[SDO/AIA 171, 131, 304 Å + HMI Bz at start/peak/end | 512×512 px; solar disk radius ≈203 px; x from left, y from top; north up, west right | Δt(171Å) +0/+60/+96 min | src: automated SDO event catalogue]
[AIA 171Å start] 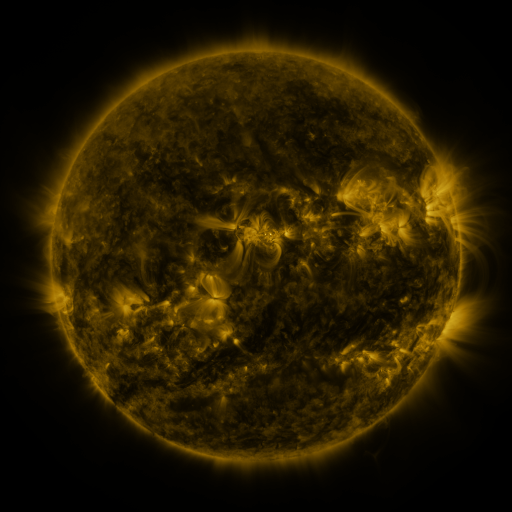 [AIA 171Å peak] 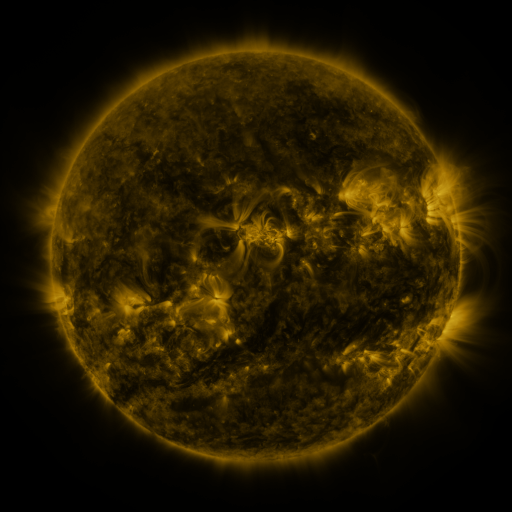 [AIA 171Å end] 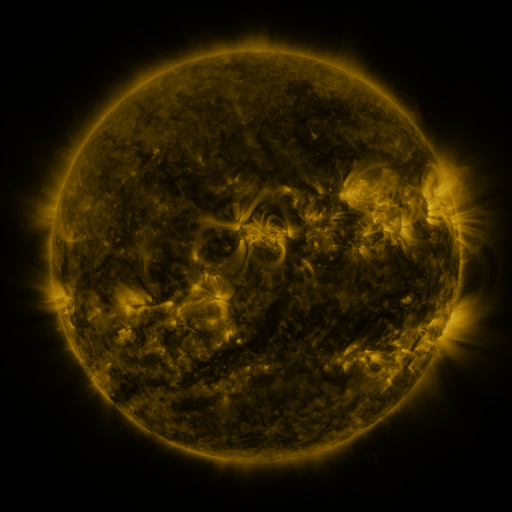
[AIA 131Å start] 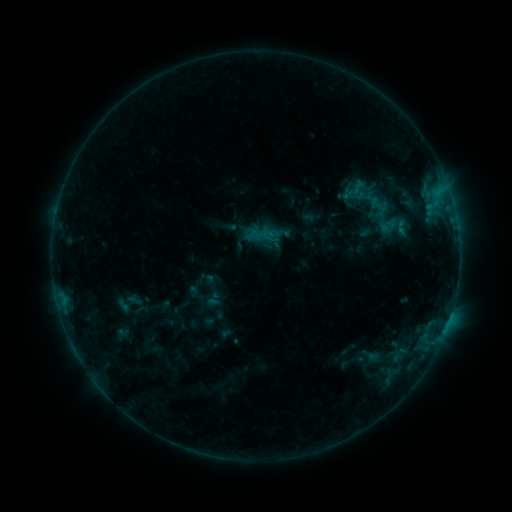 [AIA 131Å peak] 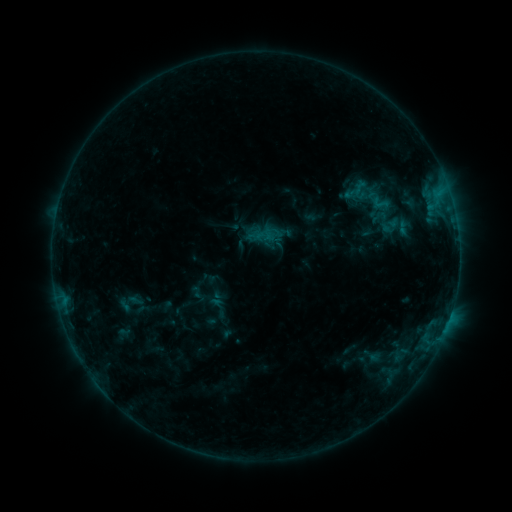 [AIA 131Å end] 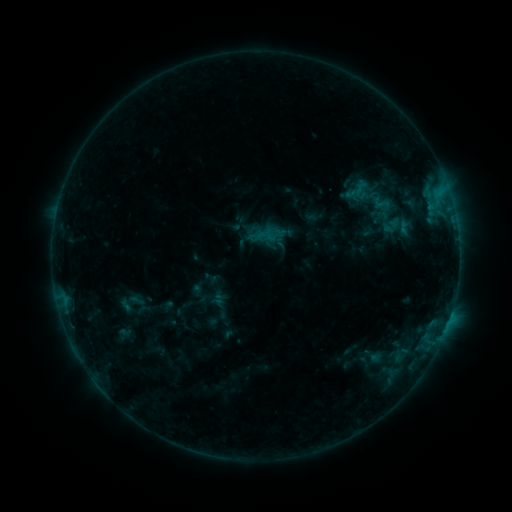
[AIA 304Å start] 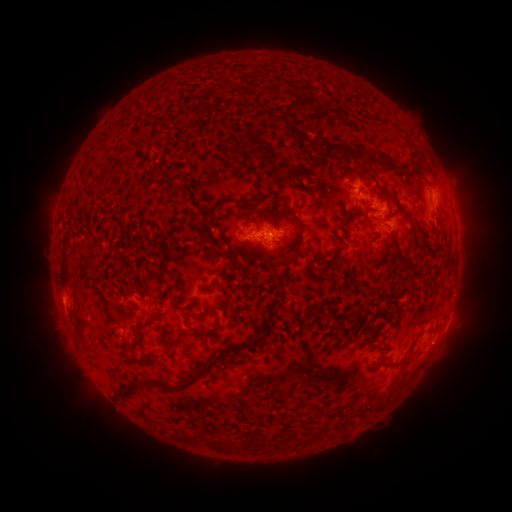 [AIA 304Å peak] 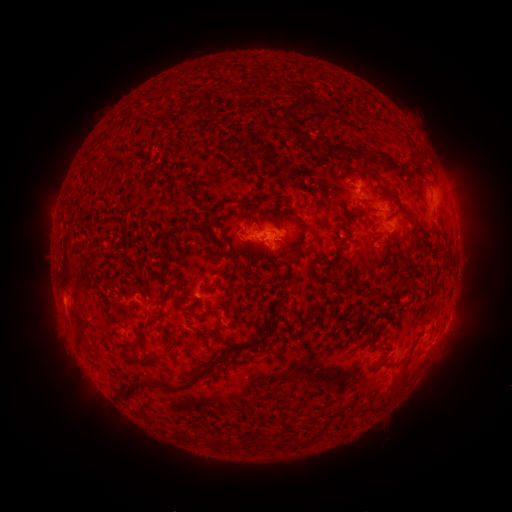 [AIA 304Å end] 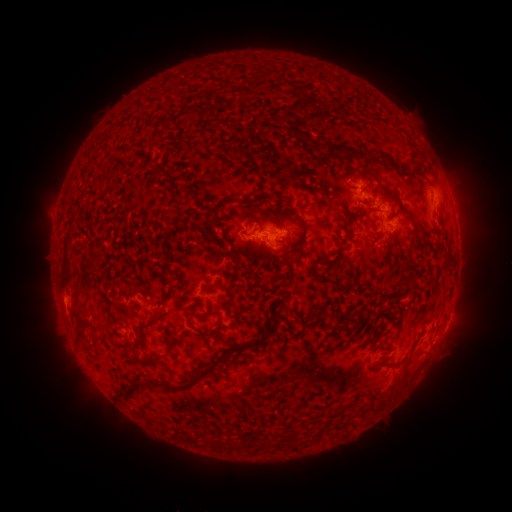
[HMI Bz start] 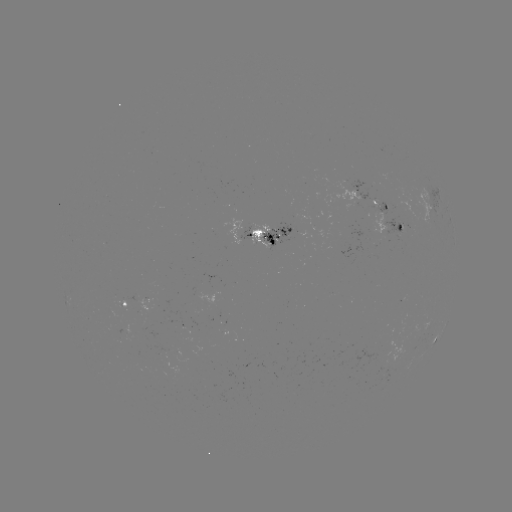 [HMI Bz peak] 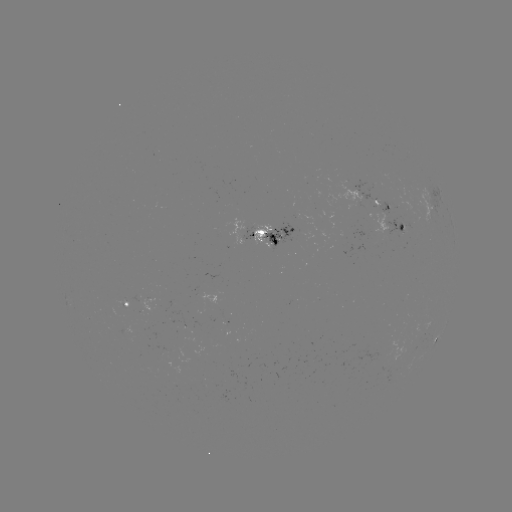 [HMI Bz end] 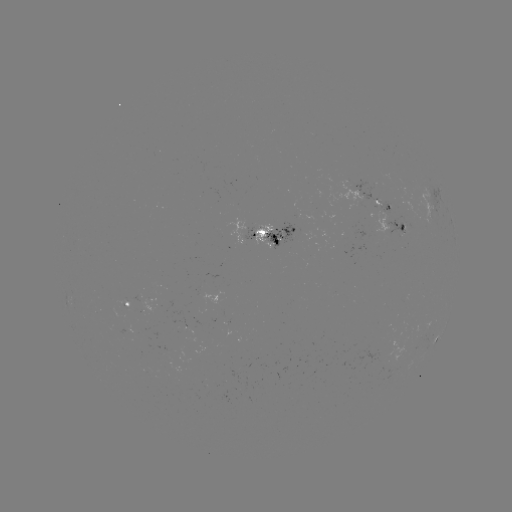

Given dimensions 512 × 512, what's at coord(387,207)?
emerging-flux region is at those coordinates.